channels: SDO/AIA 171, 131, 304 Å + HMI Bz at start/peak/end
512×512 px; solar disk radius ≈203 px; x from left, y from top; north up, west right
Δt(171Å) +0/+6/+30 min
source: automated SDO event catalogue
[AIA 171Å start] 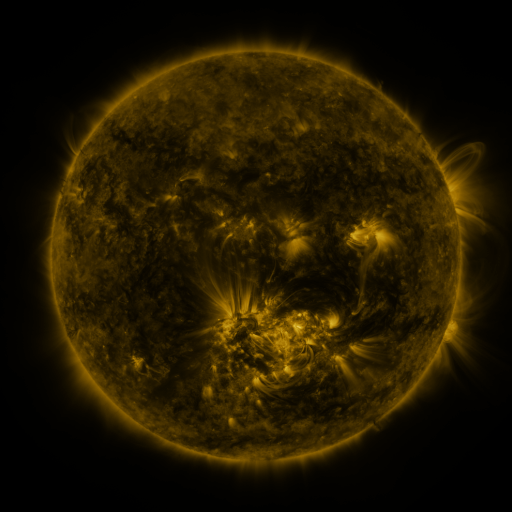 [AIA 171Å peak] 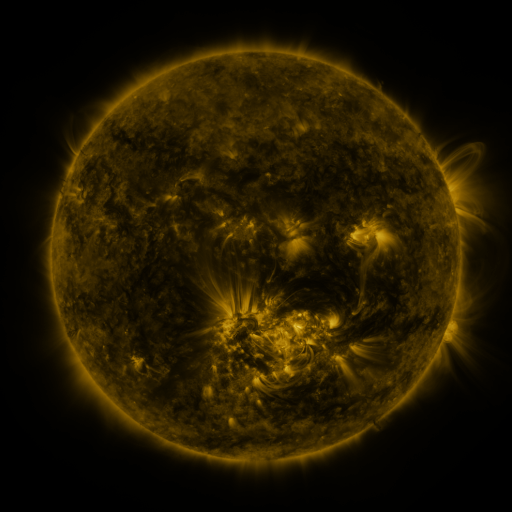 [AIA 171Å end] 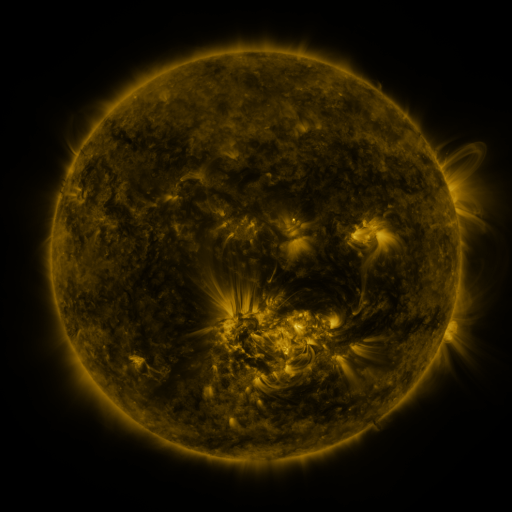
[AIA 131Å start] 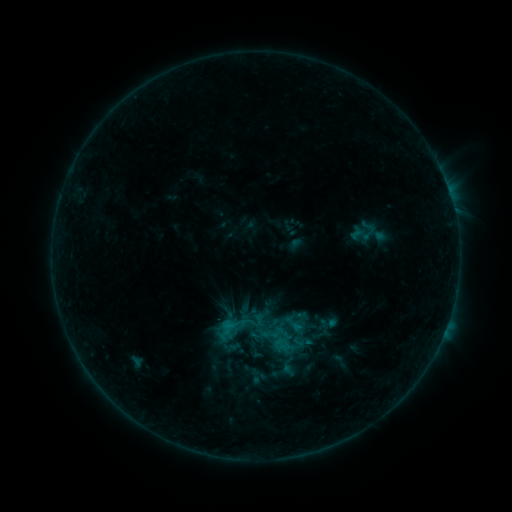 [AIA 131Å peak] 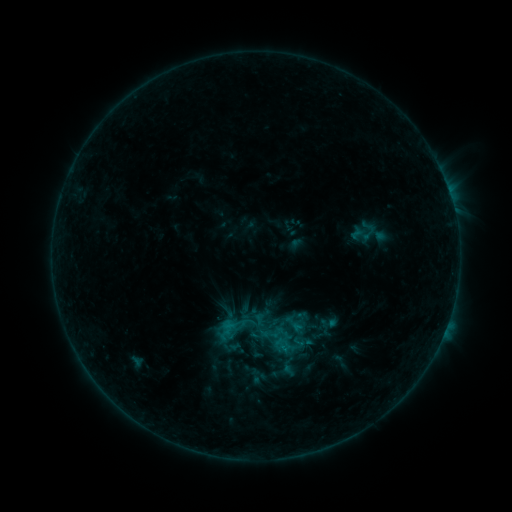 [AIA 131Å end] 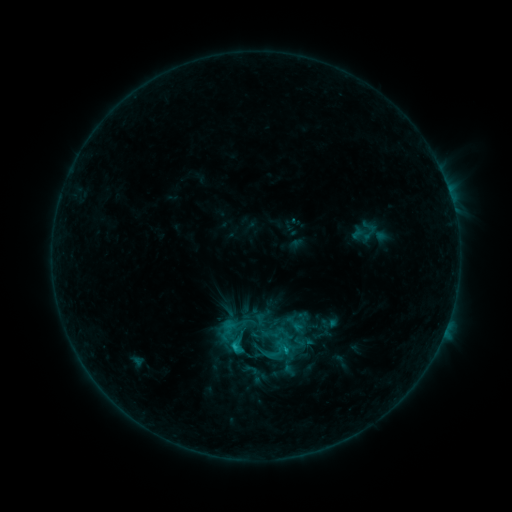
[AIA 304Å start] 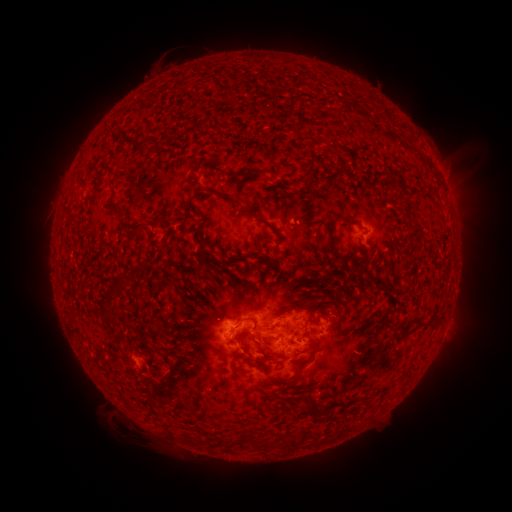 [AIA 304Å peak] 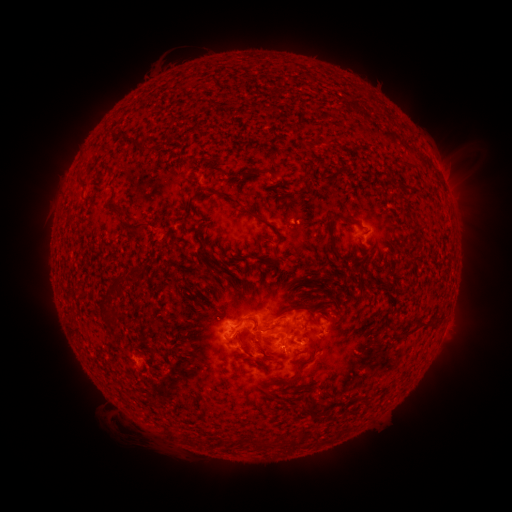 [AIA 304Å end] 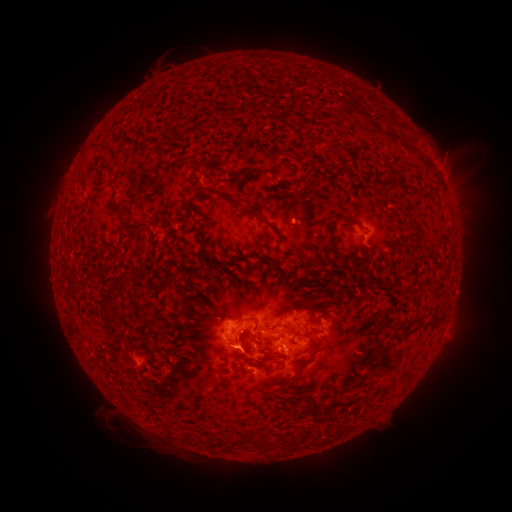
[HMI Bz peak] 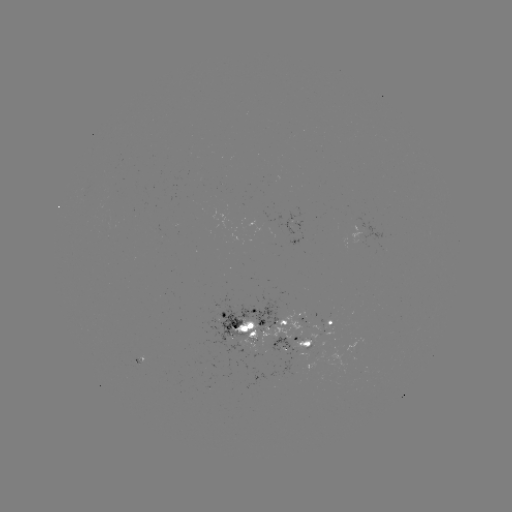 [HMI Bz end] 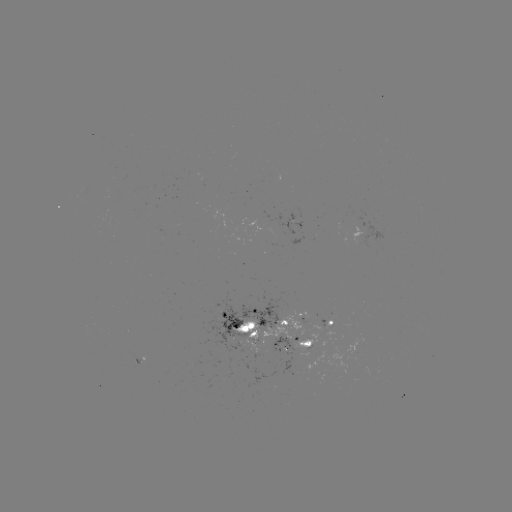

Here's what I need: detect C1.0 flare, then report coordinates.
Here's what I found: C1.0 flare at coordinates (282, 345).